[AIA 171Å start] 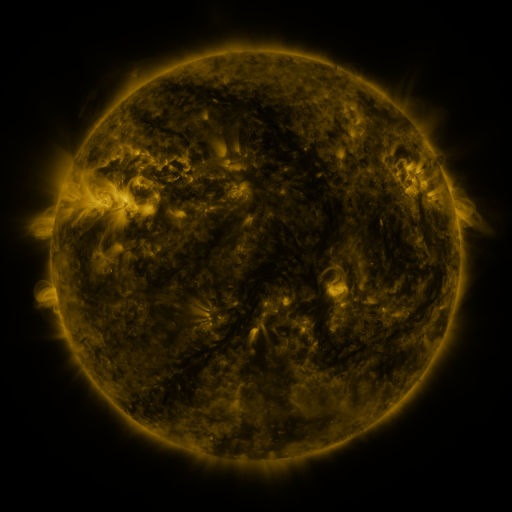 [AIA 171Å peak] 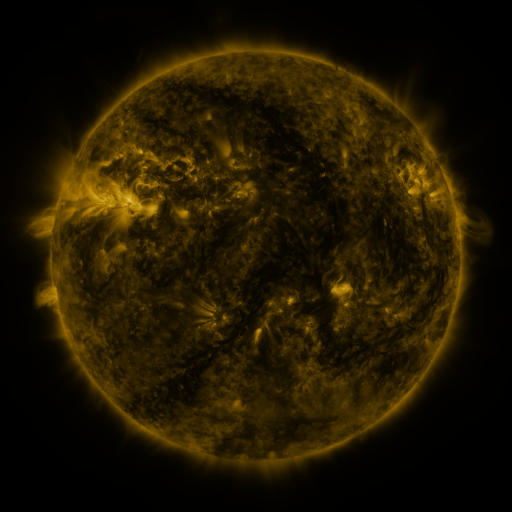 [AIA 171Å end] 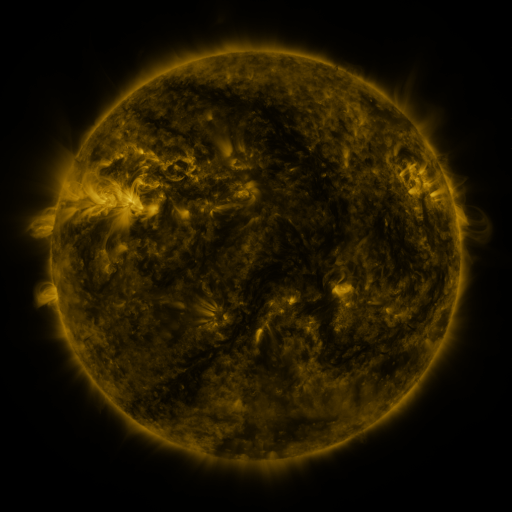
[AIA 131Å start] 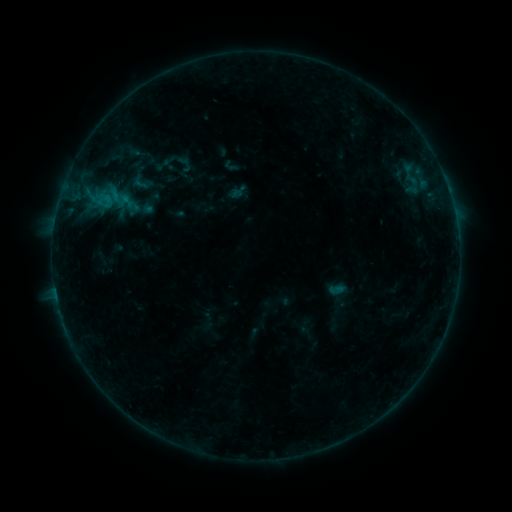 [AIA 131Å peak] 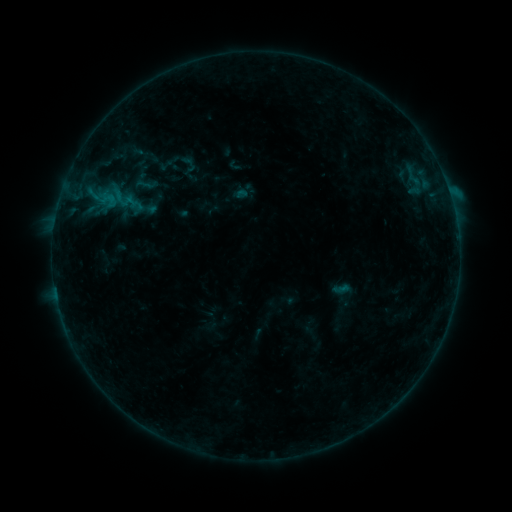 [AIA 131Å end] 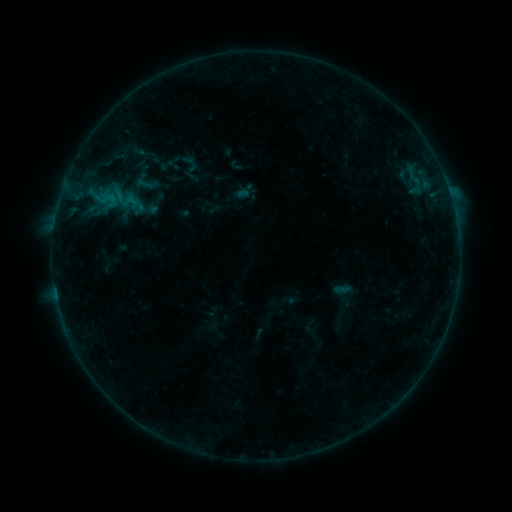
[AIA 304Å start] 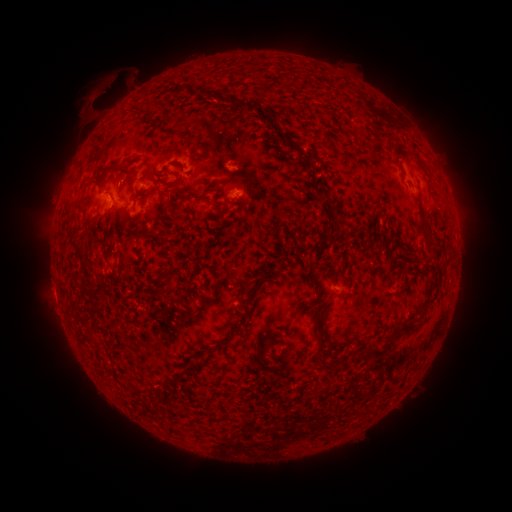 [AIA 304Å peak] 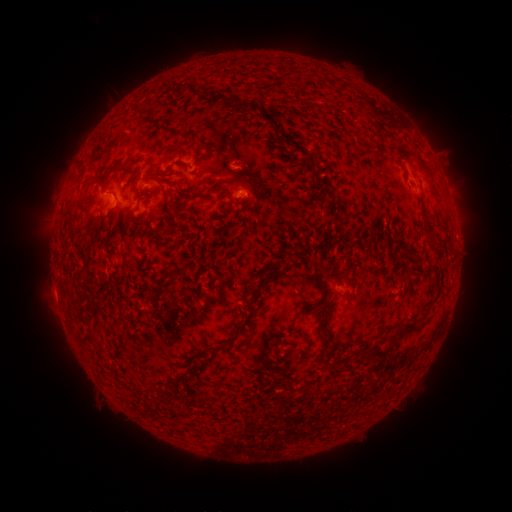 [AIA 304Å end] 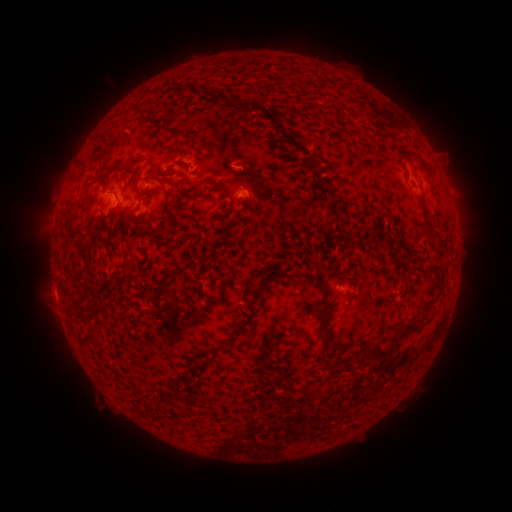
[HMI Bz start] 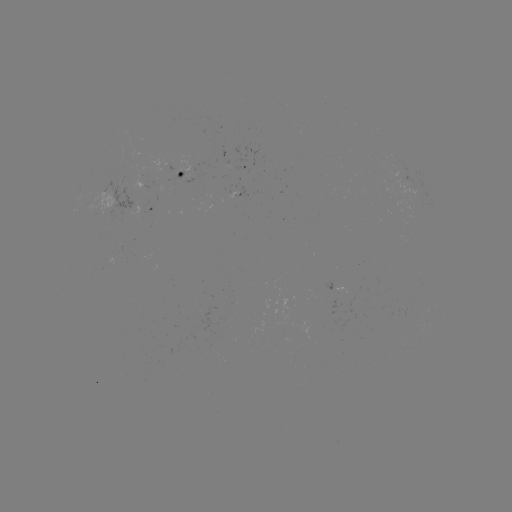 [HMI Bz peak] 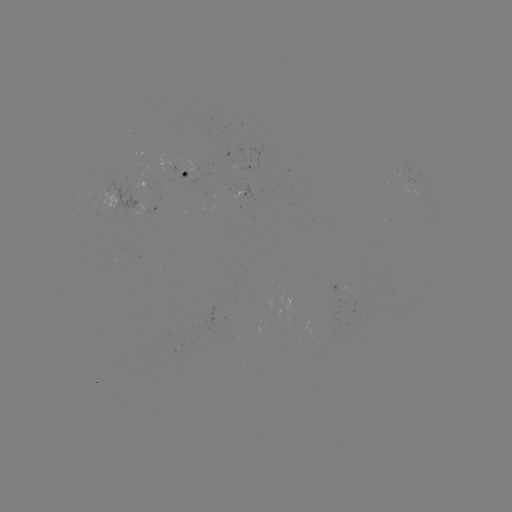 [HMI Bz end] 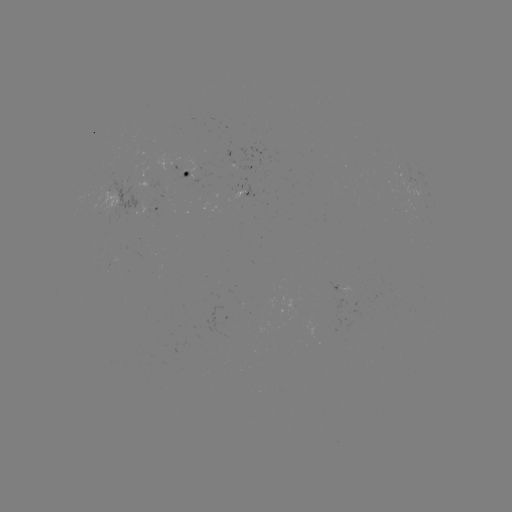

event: flare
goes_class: B5.3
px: (450, 195)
